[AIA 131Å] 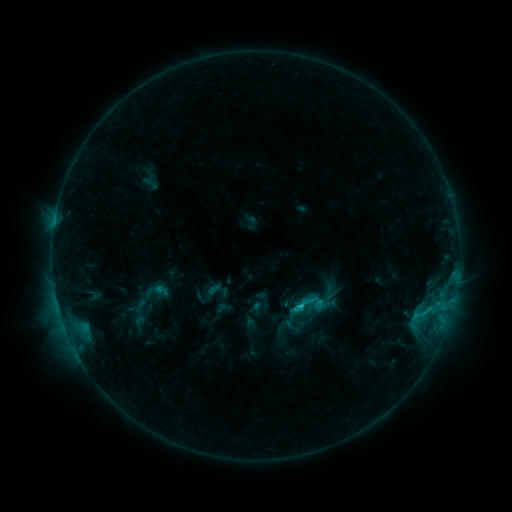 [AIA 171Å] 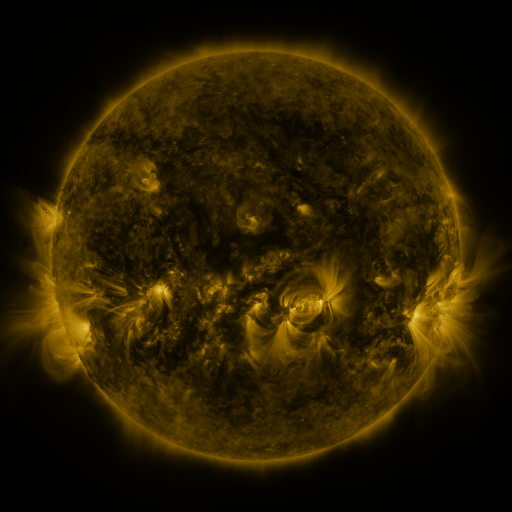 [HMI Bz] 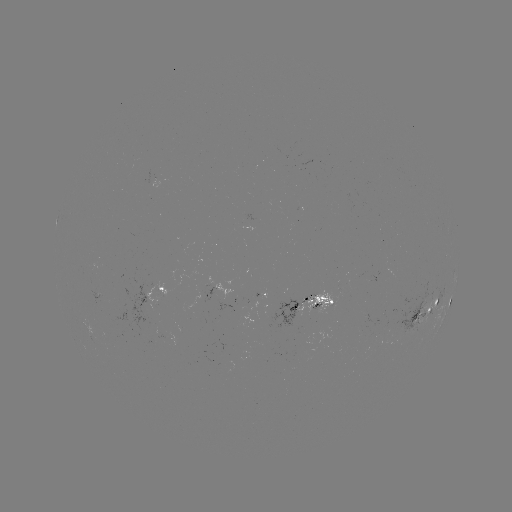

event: sigmoid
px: (305, 305)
